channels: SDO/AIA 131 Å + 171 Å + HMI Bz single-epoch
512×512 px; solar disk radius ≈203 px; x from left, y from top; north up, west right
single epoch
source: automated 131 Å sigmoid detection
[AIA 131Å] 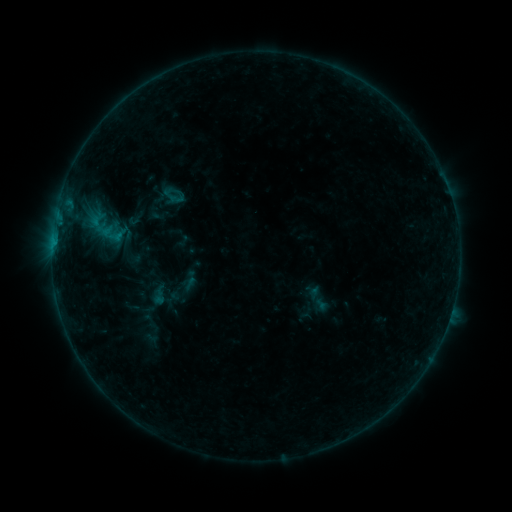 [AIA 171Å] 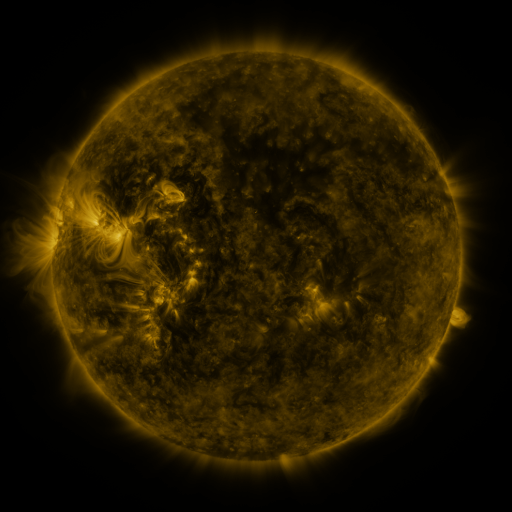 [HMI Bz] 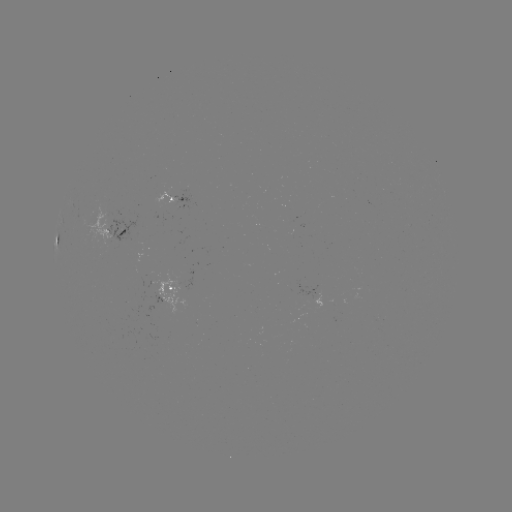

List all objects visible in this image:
sigmoid: [169, 190, 185, 207]
